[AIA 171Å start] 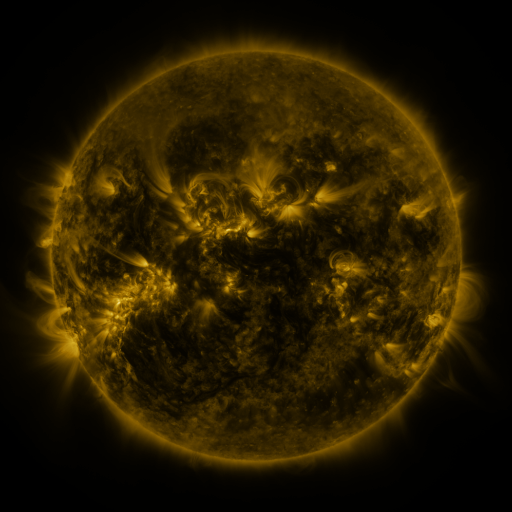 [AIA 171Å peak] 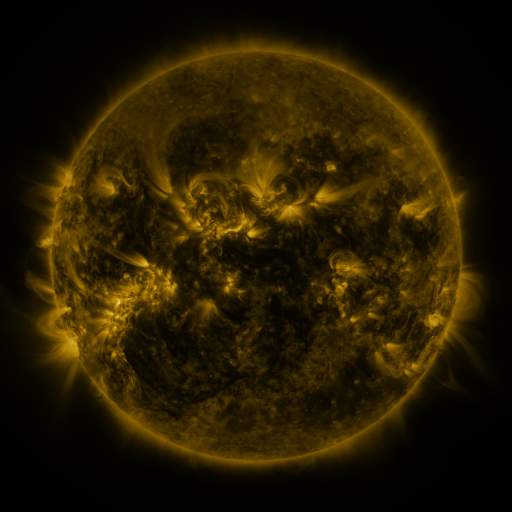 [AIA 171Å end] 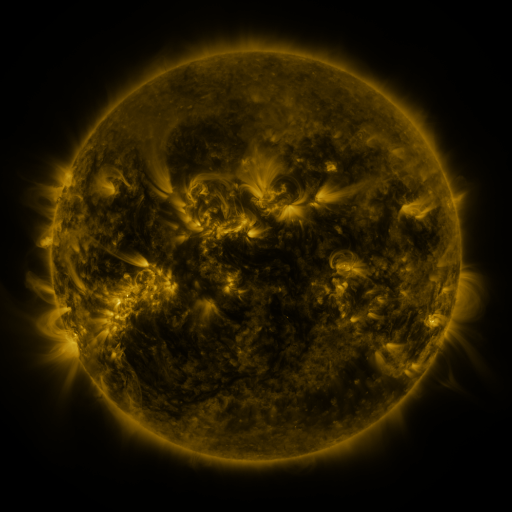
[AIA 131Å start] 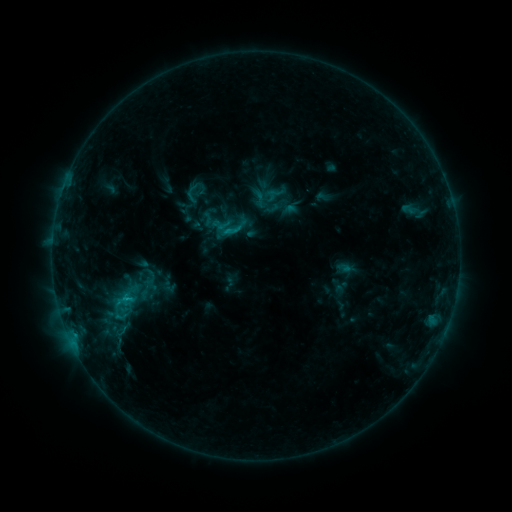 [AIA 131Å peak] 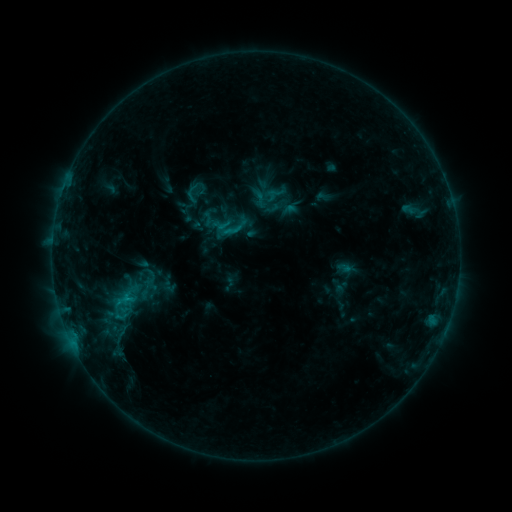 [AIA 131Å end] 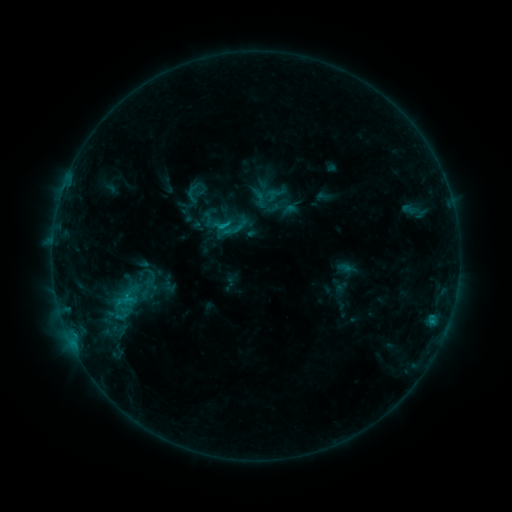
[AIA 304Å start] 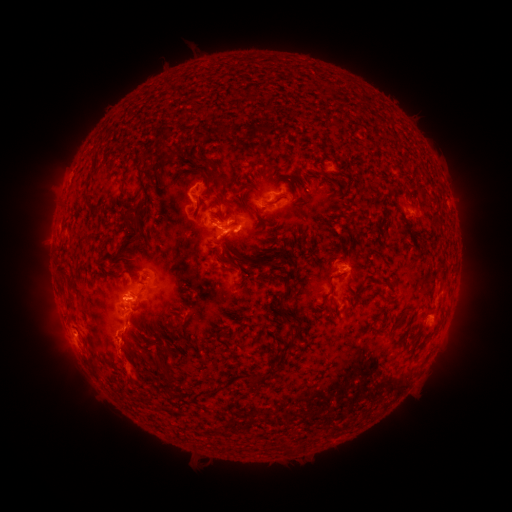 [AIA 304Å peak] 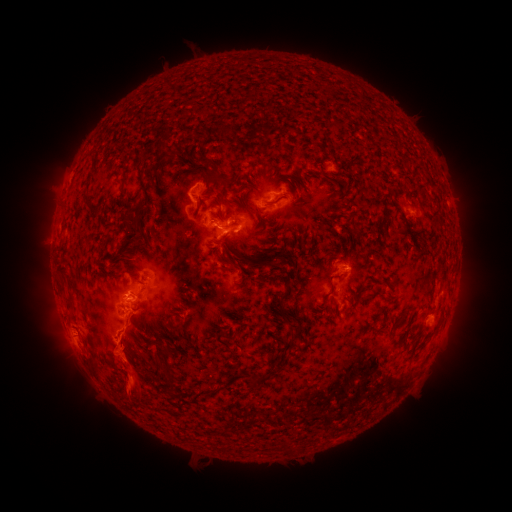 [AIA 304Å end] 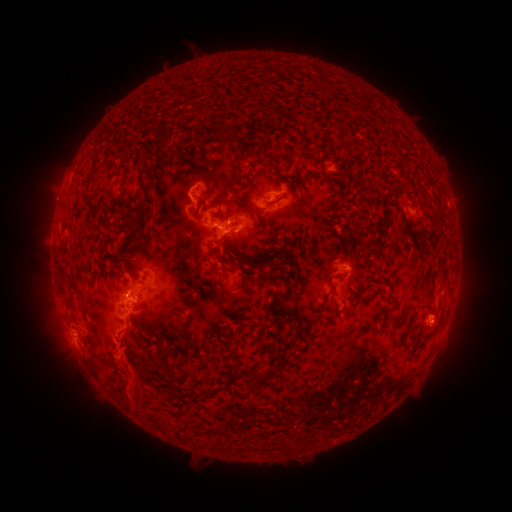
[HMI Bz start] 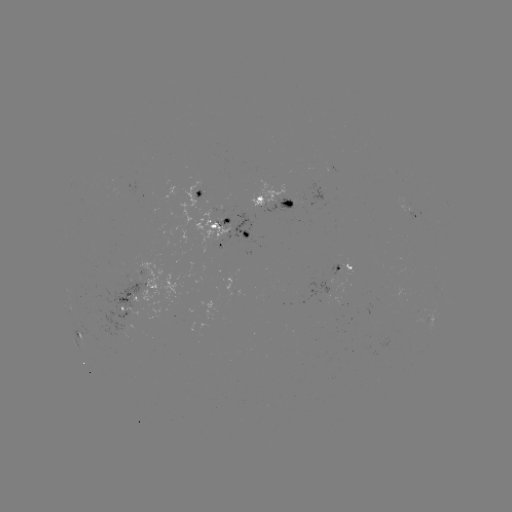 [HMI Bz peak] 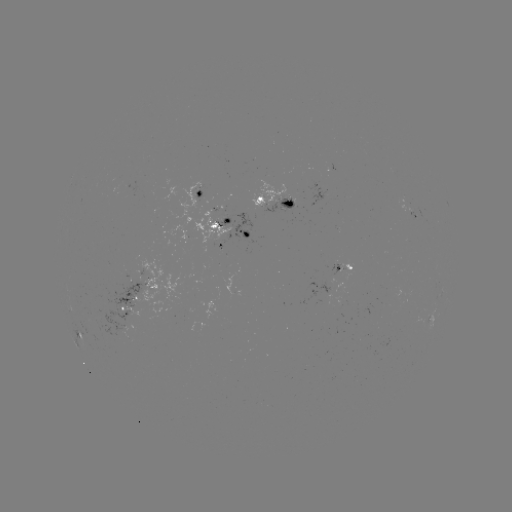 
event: eruption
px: (81, 372)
